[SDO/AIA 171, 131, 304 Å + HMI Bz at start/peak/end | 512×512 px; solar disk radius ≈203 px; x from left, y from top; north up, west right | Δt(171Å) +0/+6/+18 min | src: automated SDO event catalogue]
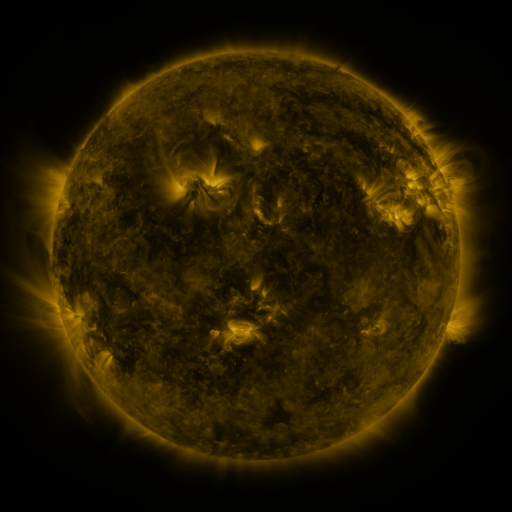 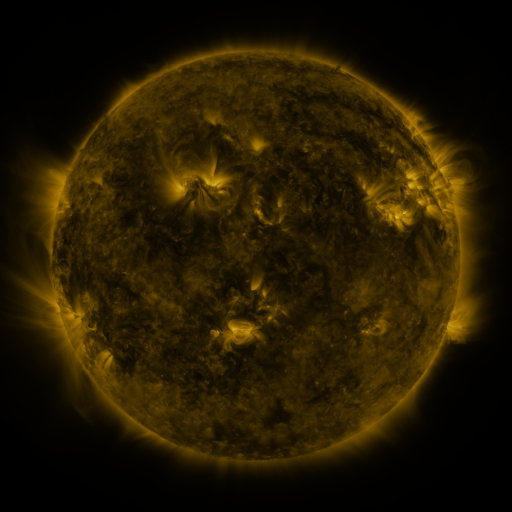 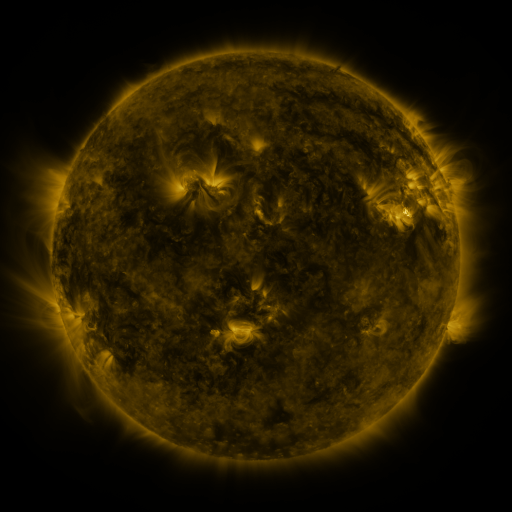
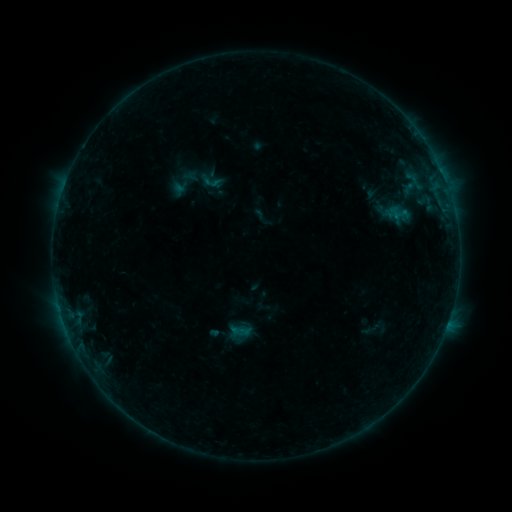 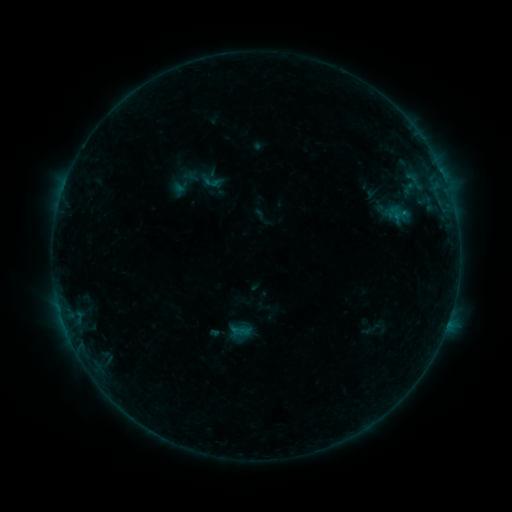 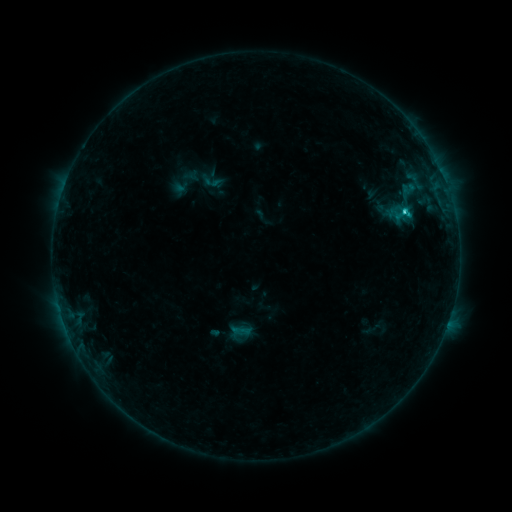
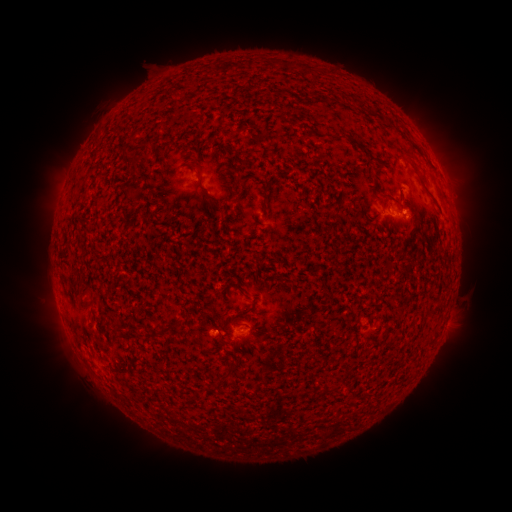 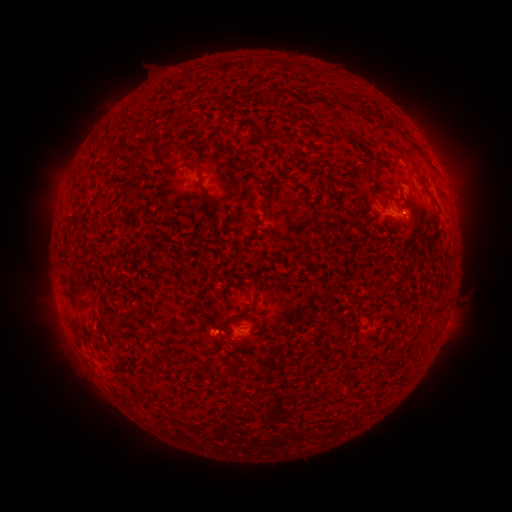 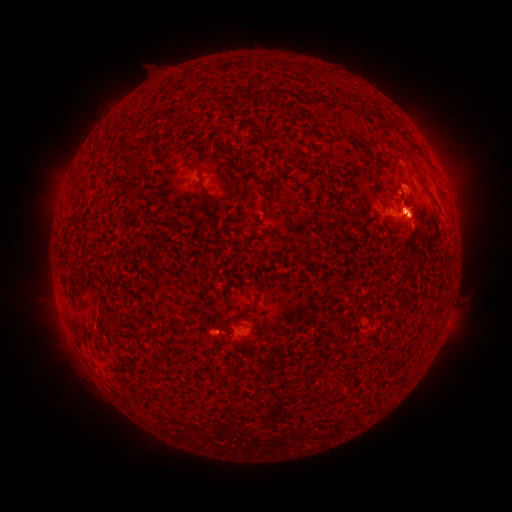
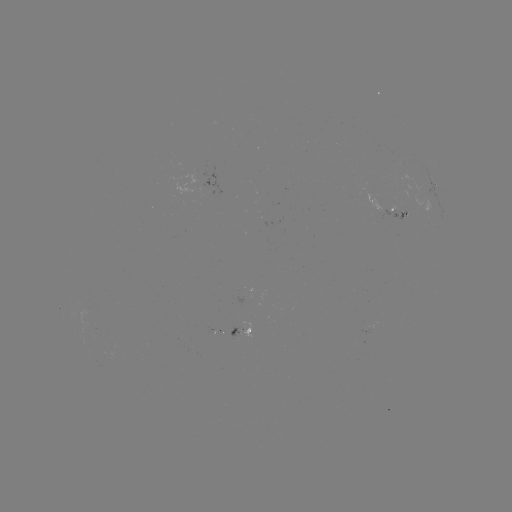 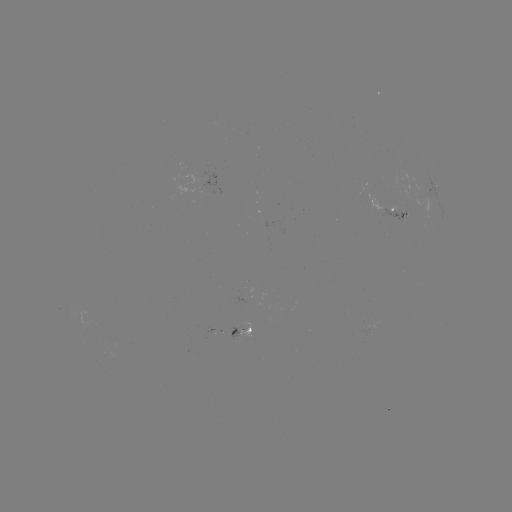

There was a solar flare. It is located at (403, 217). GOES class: C1.3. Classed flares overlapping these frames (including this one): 1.